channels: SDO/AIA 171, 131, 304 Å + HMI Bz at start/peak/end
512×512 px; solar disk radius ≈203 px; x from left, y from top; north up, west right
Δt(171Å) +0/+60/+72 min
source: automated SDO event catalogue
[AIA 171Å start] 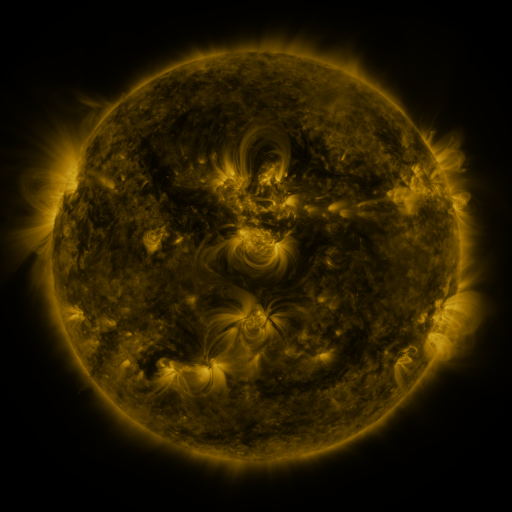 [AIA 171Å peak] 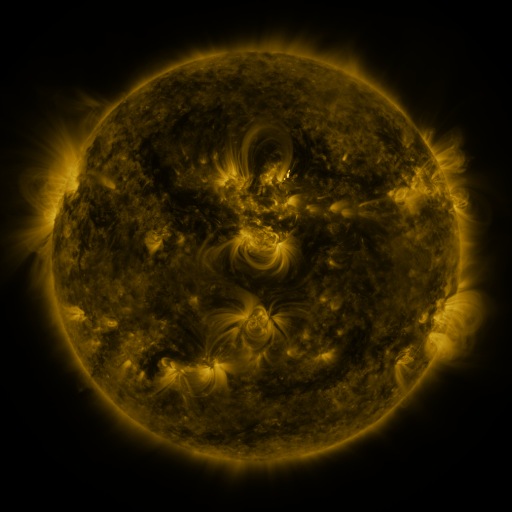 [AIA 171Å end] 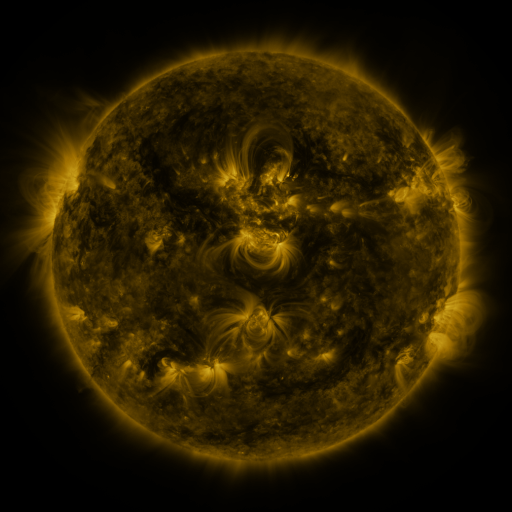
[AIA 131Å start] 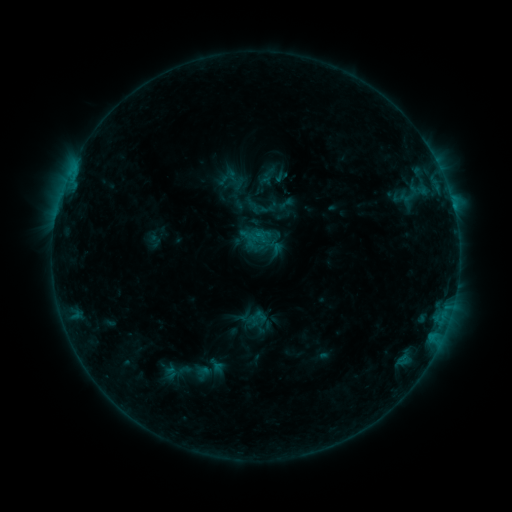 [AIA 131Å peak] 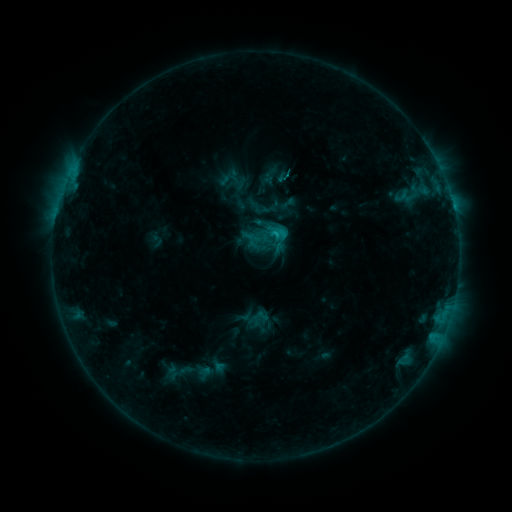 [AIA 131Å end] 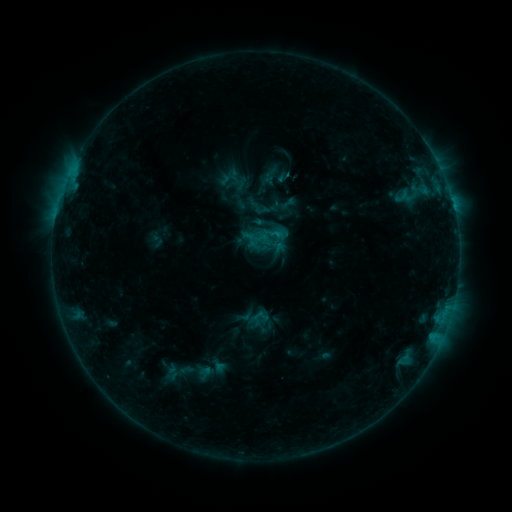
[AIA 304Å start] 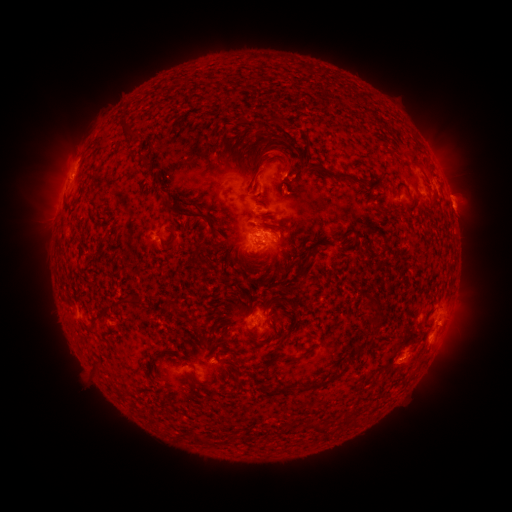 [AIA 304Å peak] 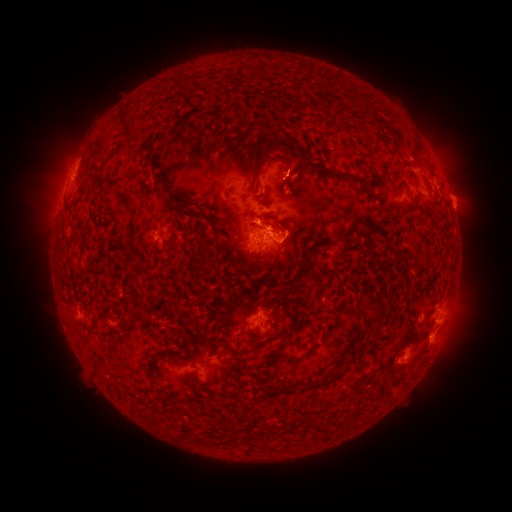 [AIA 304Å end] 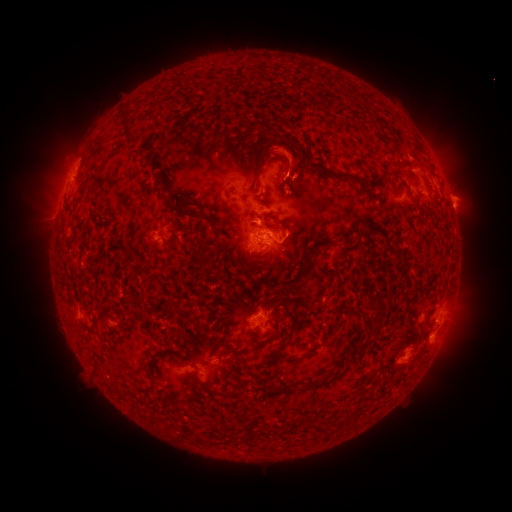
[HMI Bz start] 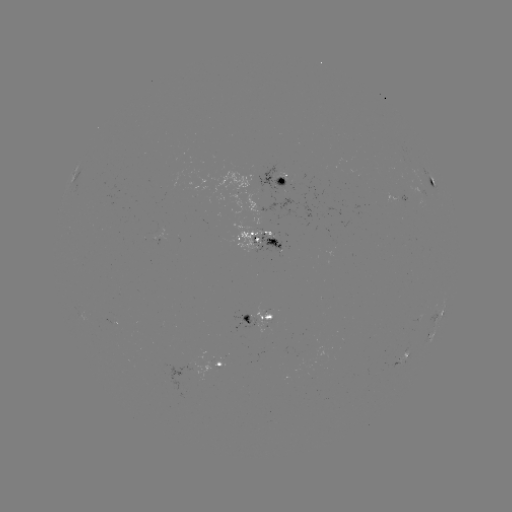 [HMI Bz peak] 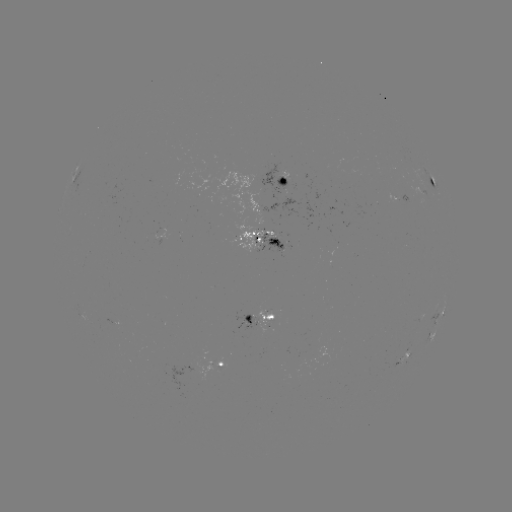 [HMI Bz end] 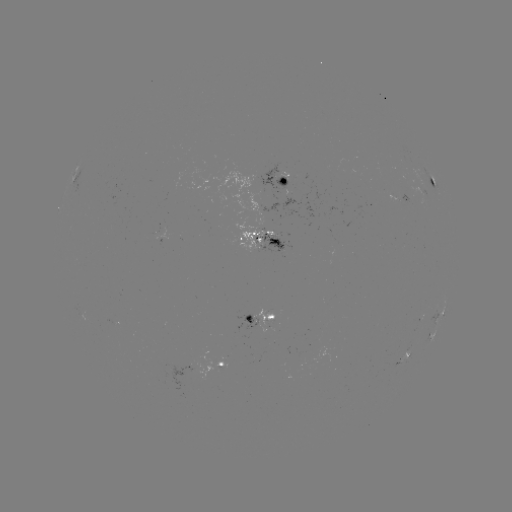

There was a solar emerging-flux region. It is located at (274, 239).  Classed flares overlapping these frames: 1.